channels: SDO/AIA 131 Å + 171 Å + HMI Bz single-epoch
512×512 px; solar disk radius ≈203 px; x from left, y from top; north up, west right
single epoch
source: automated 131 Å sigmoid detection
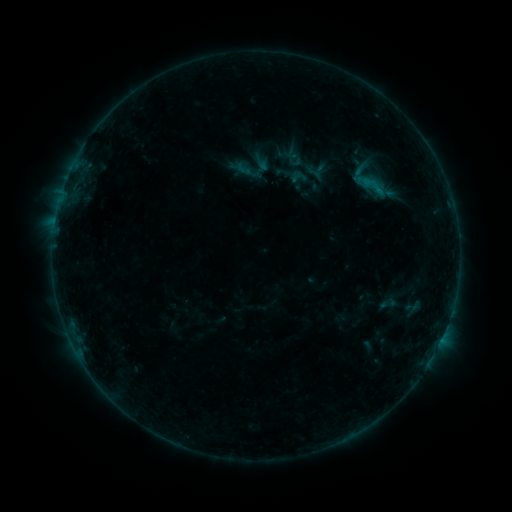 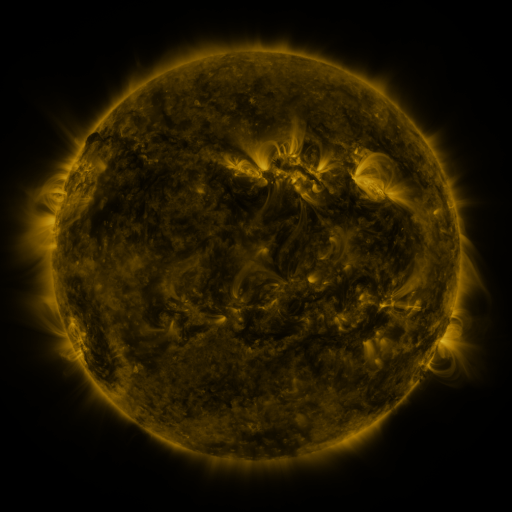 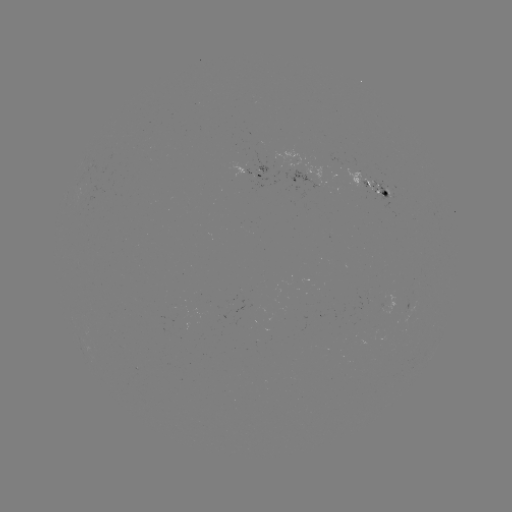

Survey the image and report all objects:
sigmoid: [339, 156, 399, 207]
sigmoid: [288, 167, 310, 187]
